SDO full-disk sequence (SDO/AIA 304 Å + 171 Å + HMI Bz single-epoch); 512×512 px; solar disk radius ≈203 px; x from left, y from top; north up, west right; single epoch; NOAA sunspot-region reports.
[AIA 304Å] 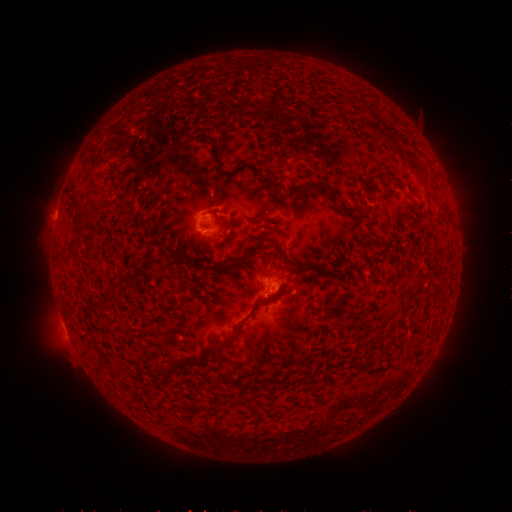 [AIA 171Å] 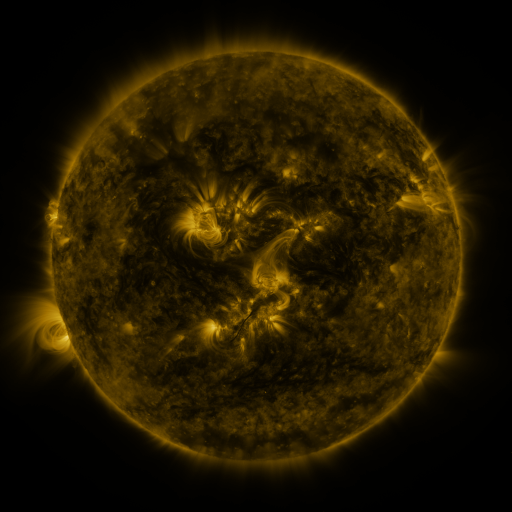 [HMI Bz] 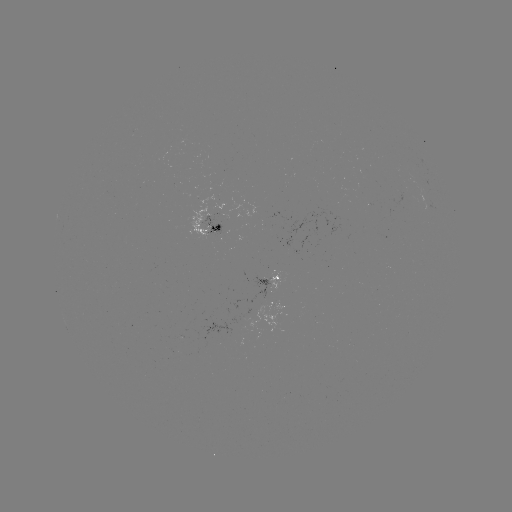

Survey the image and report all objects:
spotted active region: (213, 226)
spotted active region: (273, 279)
spotted active region: (286, 304)
